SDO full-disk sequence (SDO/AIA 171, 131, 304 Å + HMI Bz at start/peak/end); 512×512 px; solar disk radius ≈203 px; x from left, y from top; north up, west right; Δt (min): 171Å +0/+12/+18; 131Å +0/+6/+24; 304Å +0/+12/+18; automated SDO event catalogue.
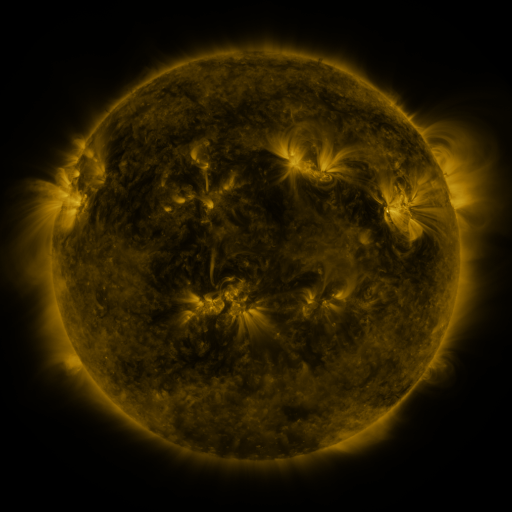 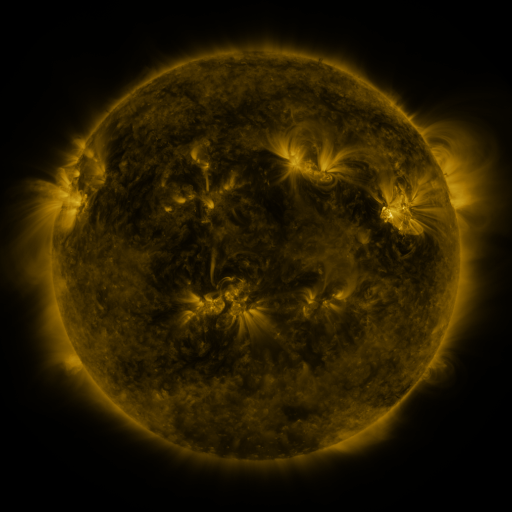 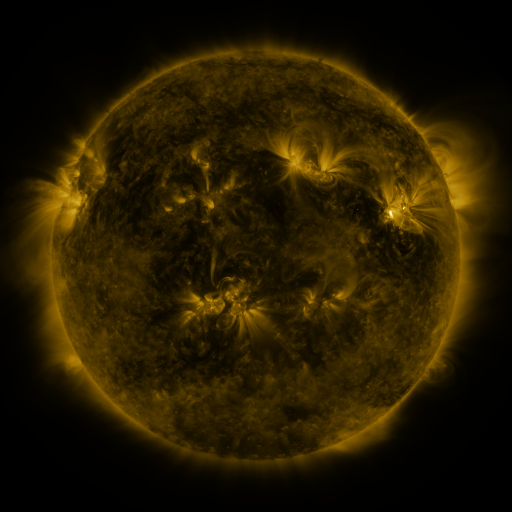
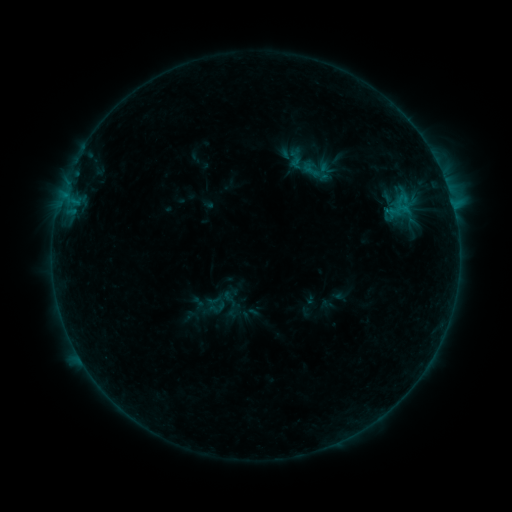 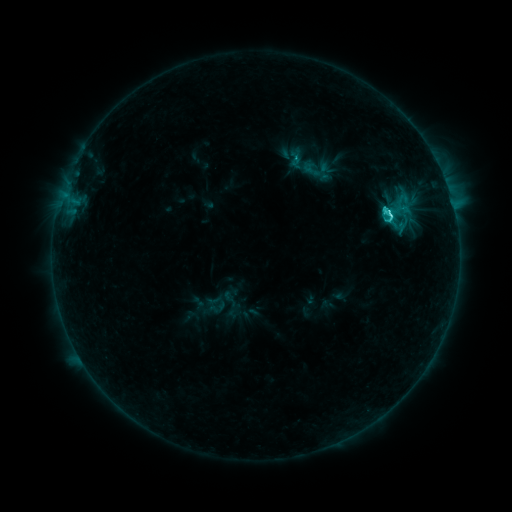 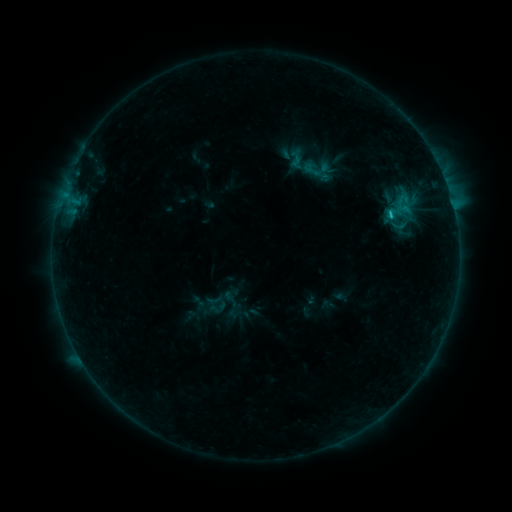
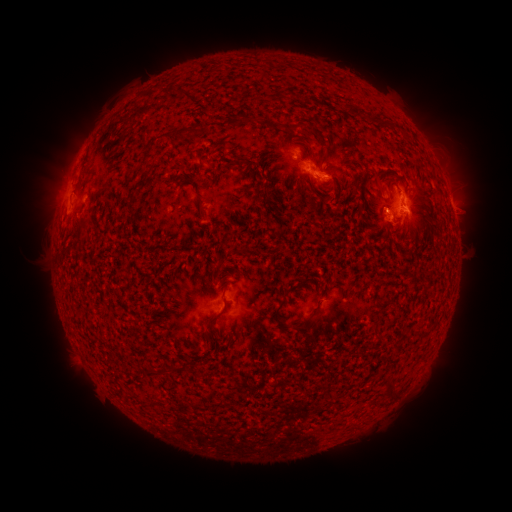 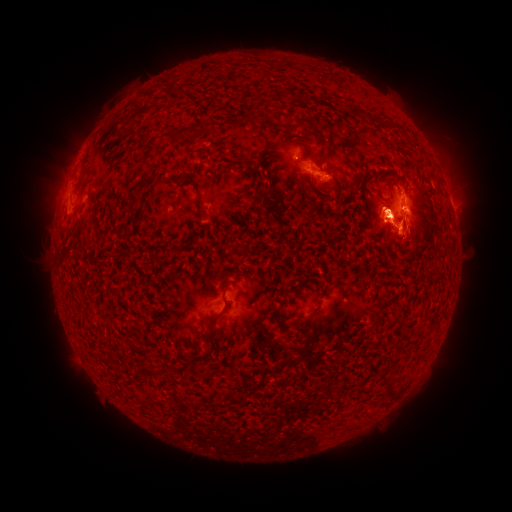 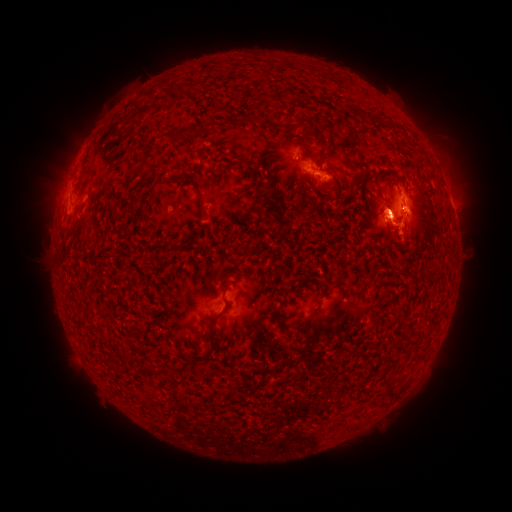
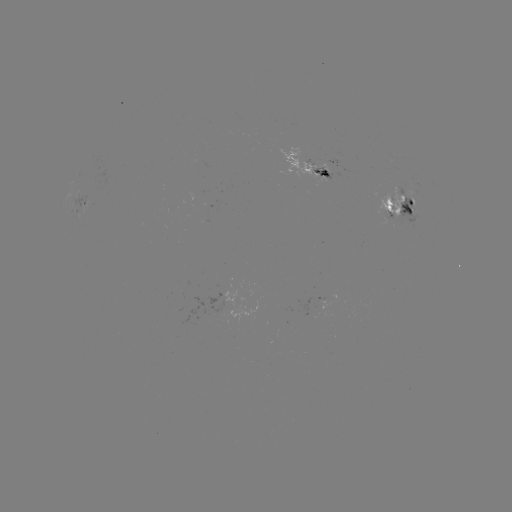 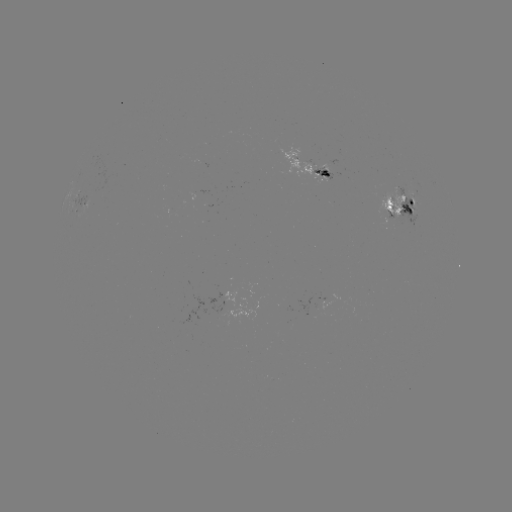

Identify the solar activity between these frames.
eruption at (392, 232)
